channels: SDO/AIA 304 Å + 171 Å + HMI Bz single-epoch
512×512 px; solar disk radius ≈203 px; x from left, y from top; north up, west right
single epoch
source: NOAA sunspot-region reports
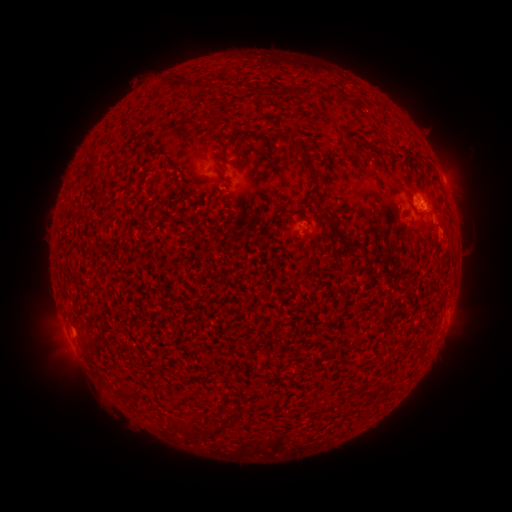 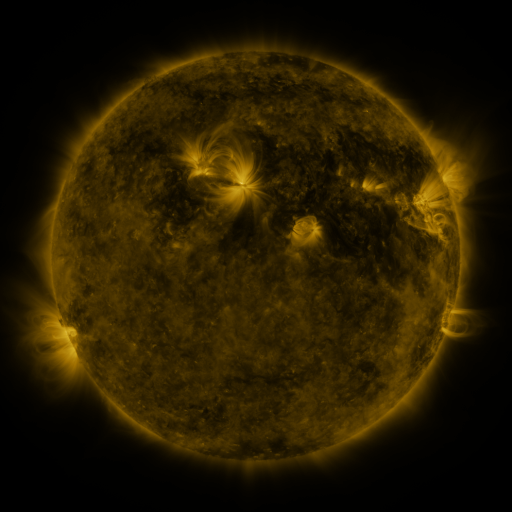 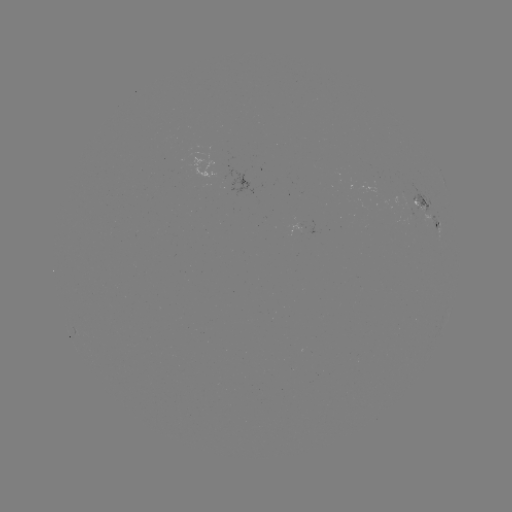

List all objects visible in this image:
spotted active region: (420, 205)
spotted active region: (437, 227)
